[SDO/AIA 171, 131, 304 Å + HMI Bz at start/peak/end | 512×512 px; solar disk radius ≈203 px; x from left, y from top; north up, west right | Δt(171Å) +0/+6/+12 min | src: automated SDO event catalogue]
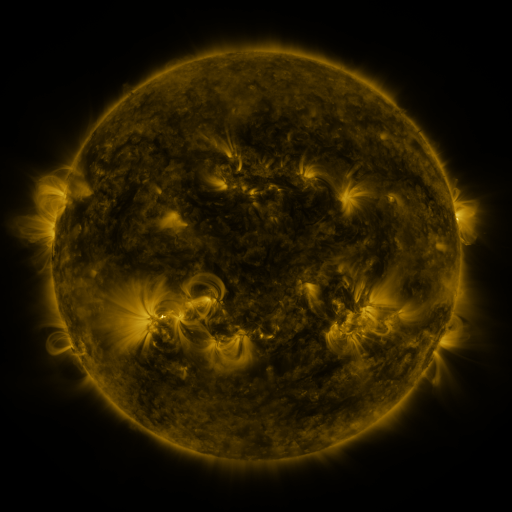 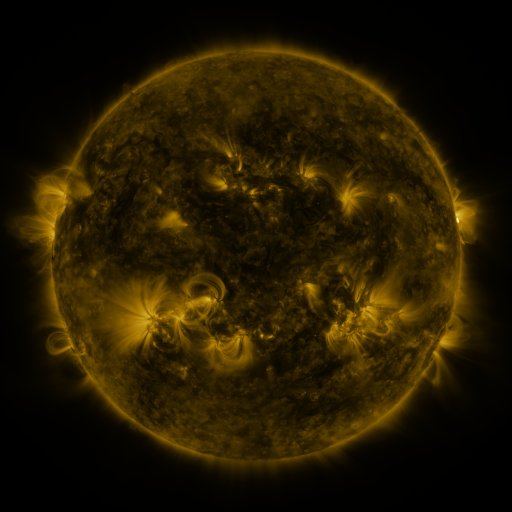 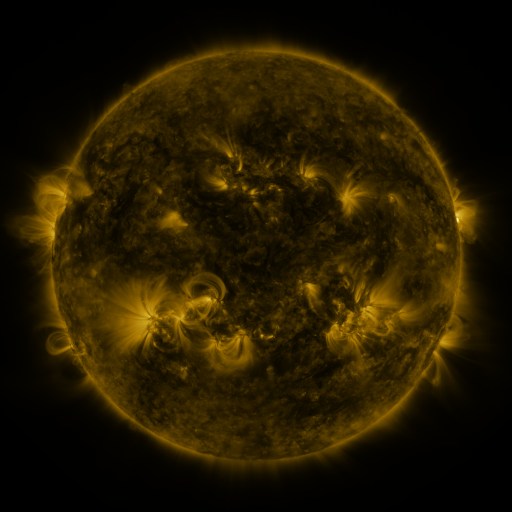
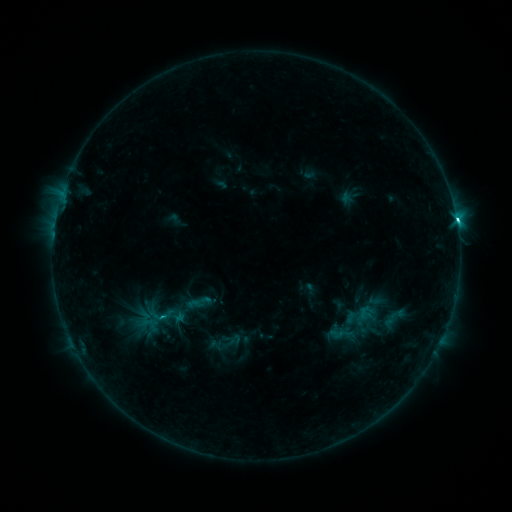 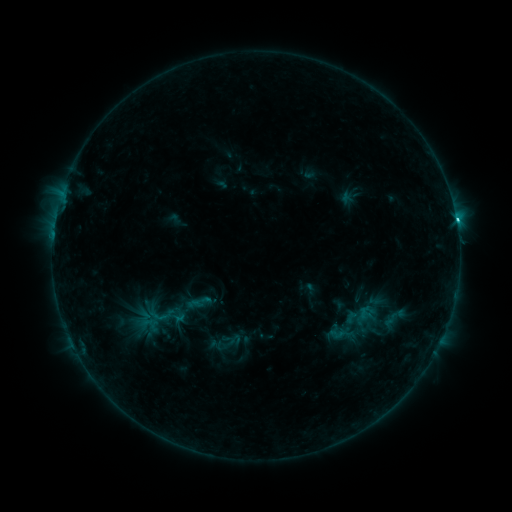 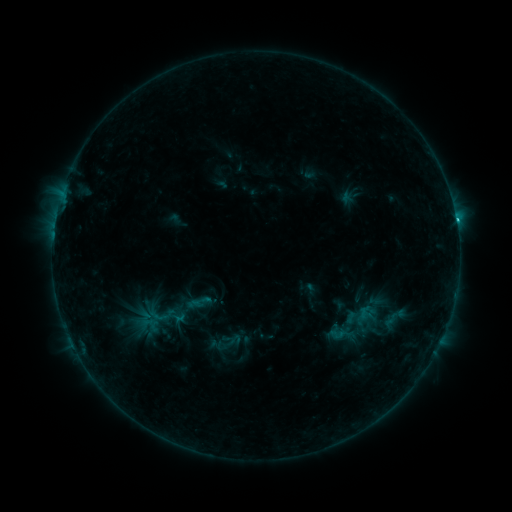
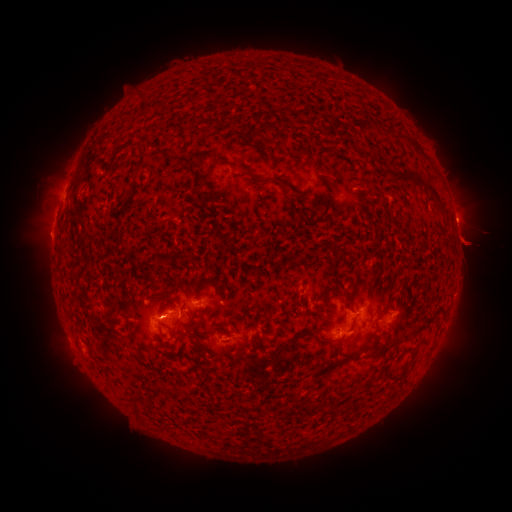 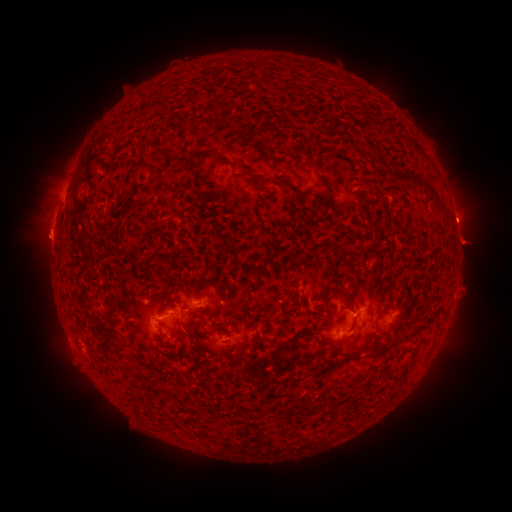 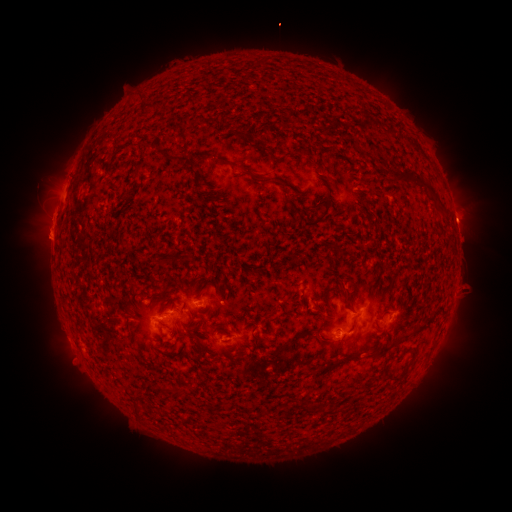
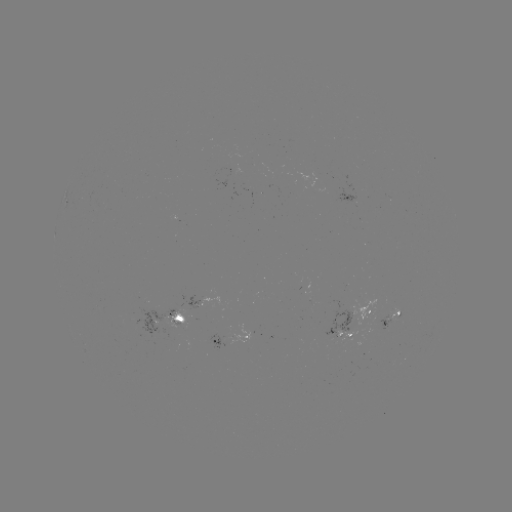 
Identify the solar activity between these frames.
eruption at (43, 238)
